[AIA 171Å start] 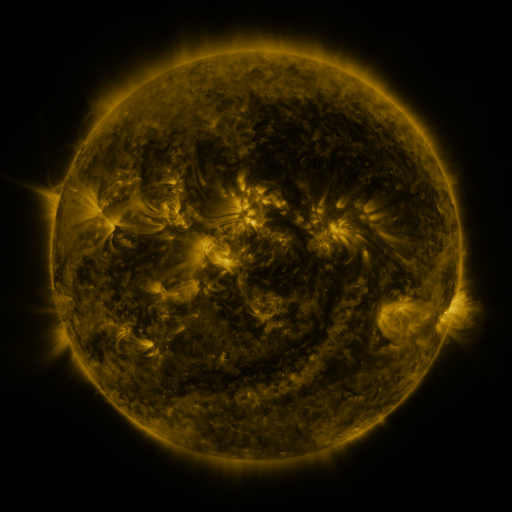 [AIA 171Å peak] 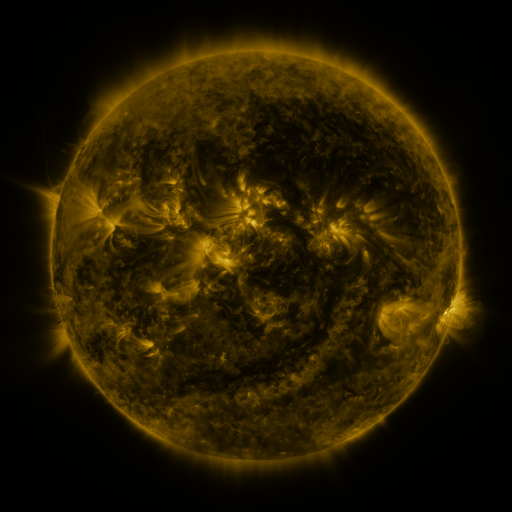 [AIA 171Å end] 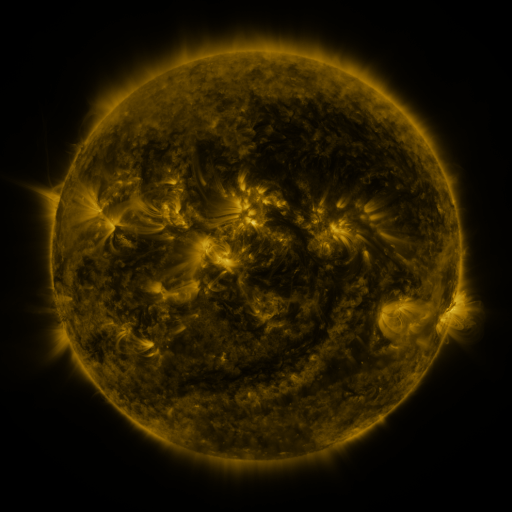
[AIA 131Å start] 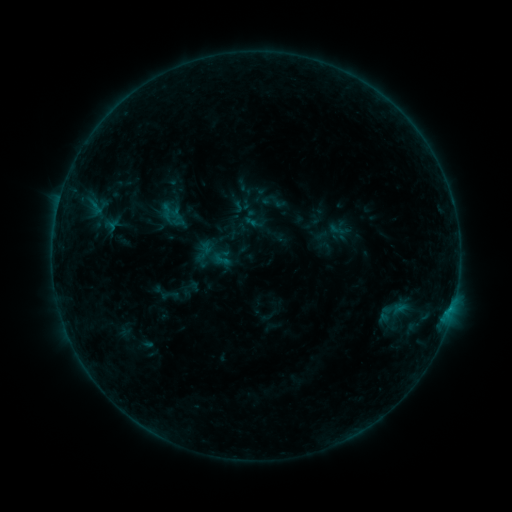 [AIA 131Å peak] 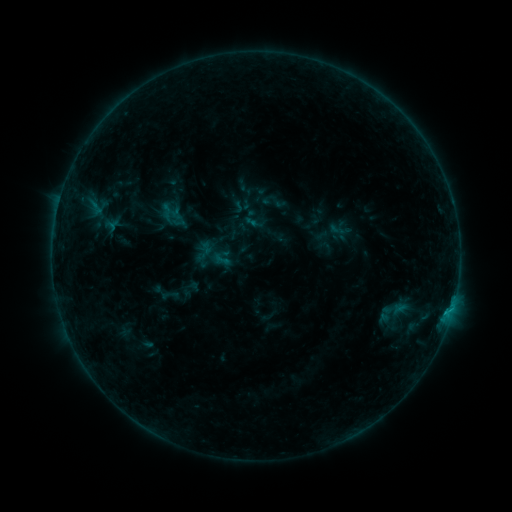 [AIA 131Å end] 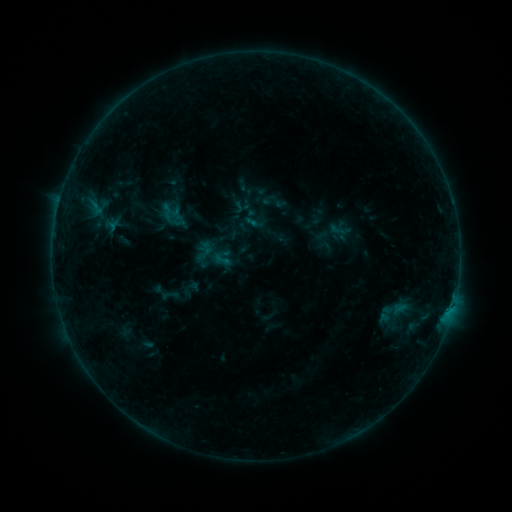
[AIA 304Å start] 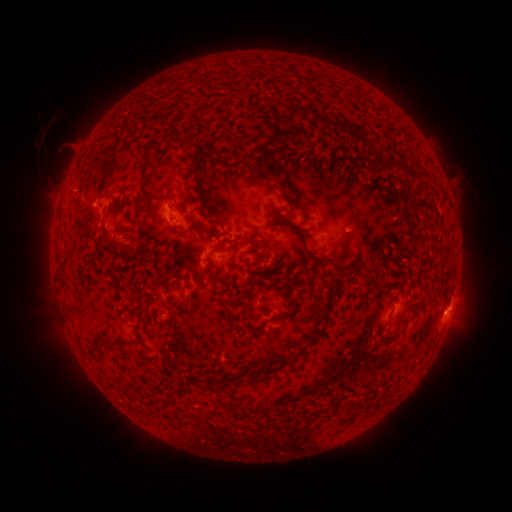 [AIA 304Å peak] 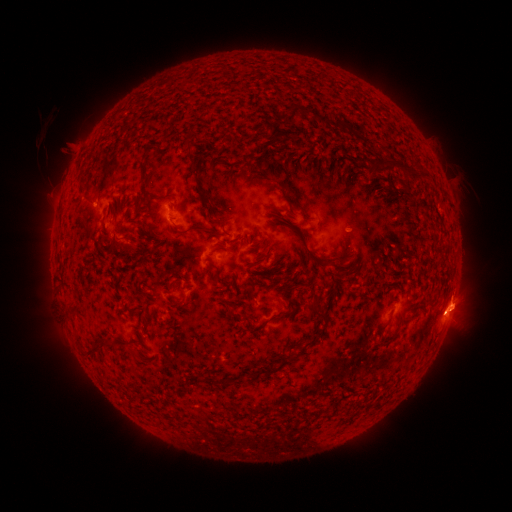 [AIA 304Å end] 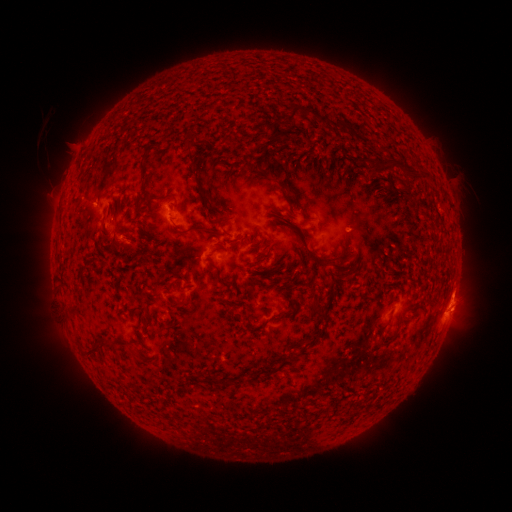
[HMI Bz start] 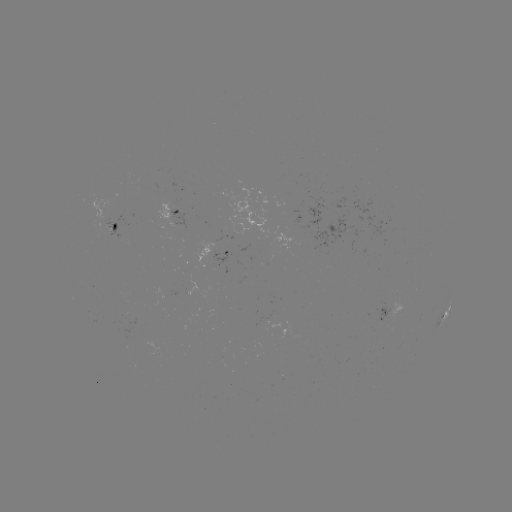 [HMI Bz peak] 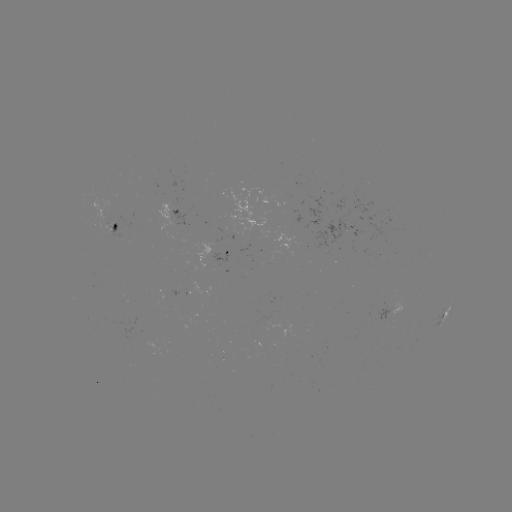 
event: eruption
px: (460, 297)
